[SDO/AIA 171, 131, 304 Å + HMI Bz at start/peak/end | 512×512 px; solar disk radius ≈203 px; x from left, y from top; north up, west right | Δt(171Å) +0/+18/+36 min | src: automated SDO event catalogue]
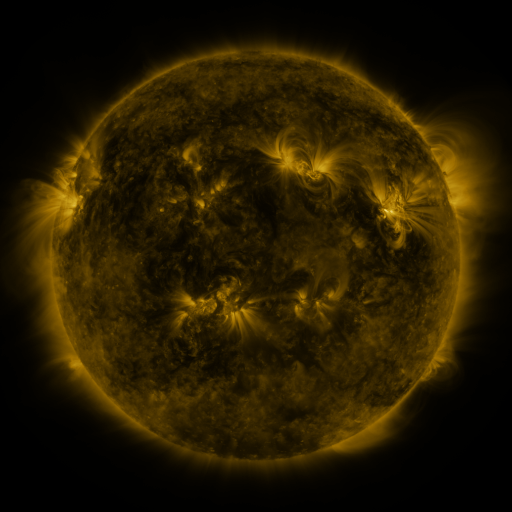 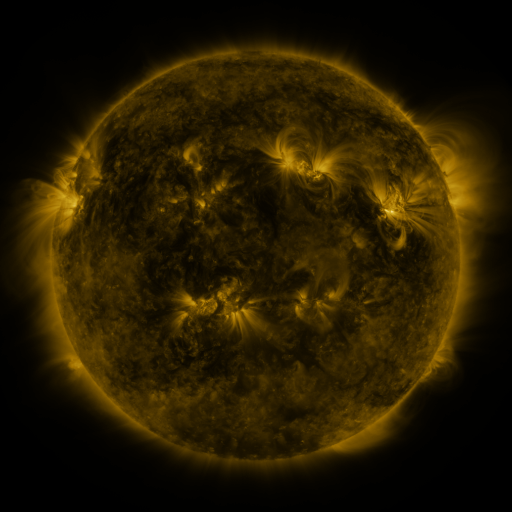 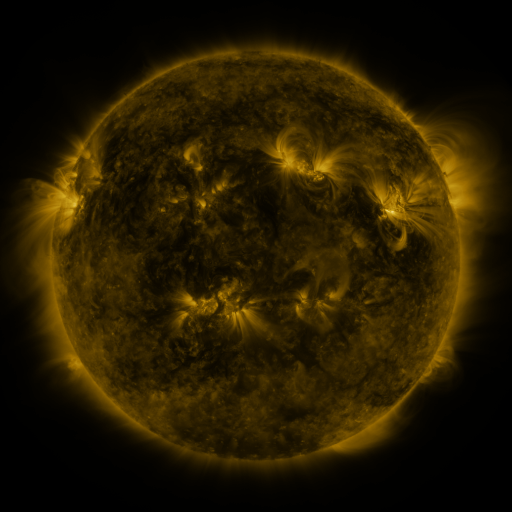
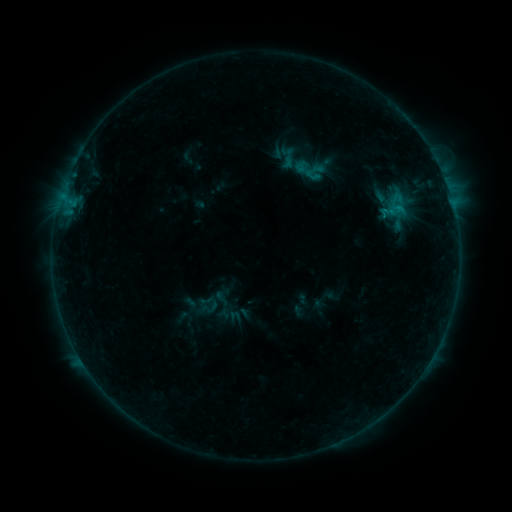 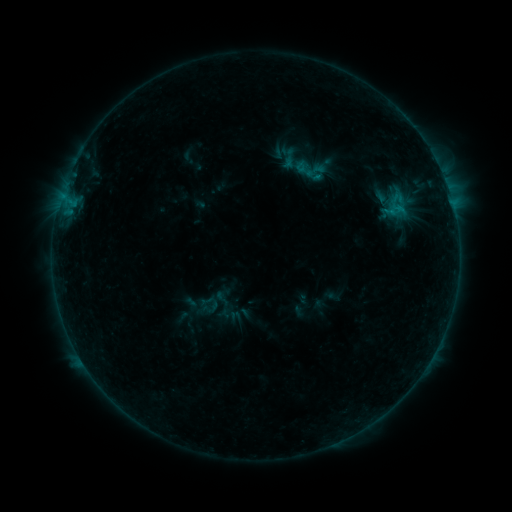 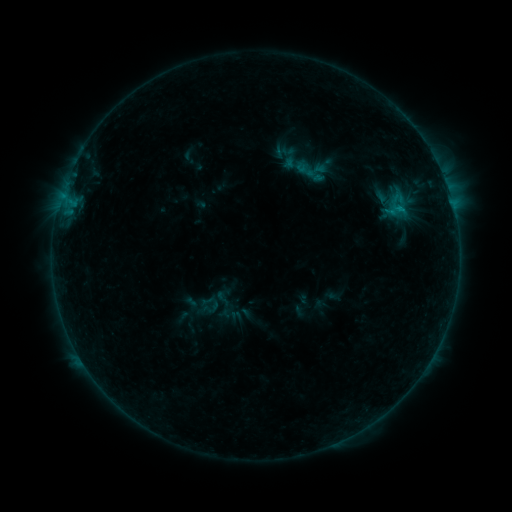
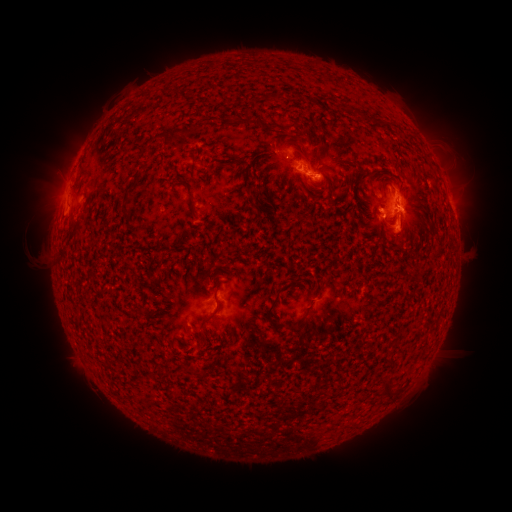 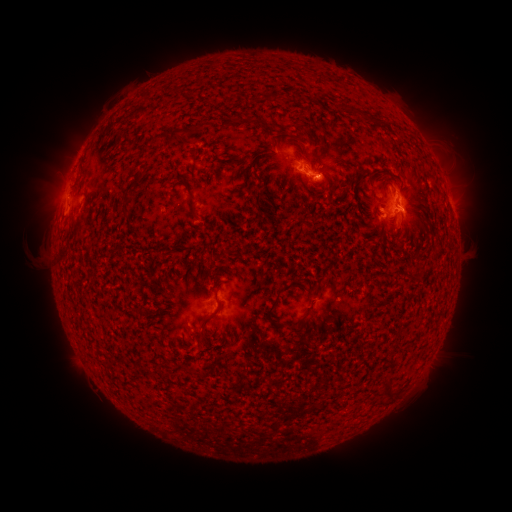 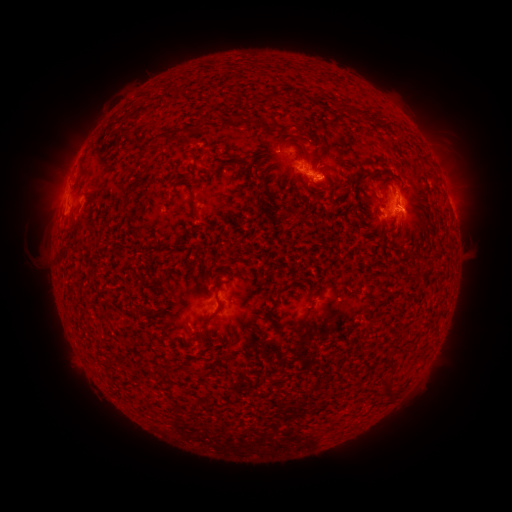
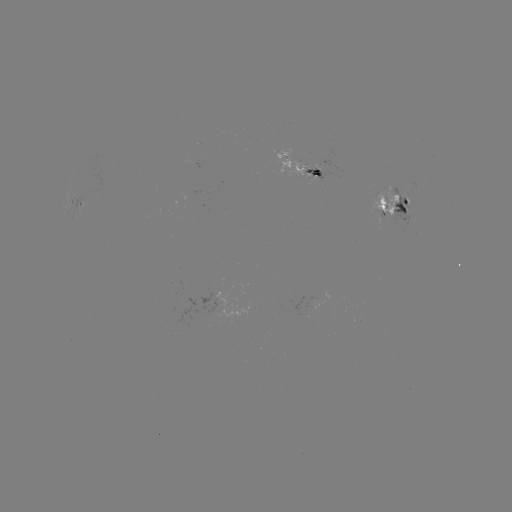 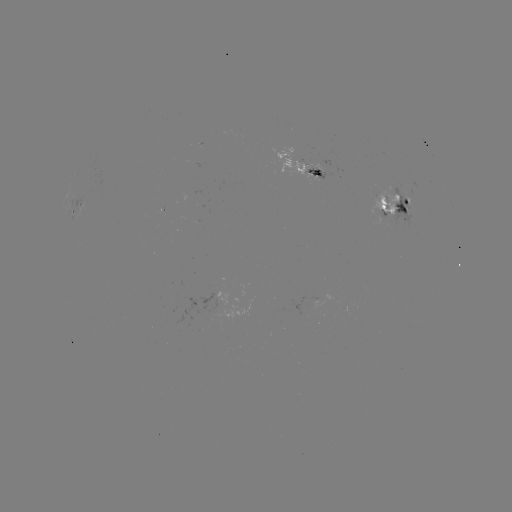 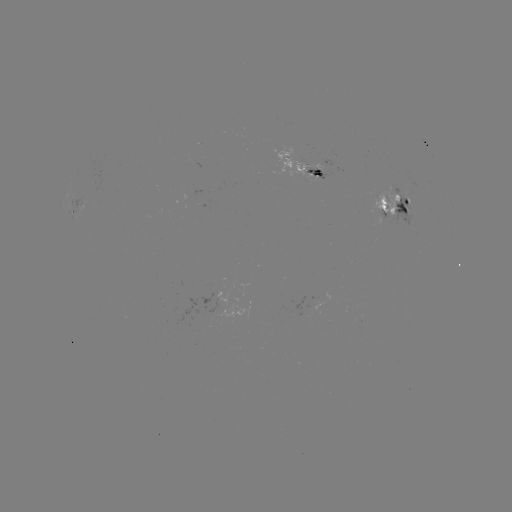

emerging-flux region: [305, 163, 321, 172]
